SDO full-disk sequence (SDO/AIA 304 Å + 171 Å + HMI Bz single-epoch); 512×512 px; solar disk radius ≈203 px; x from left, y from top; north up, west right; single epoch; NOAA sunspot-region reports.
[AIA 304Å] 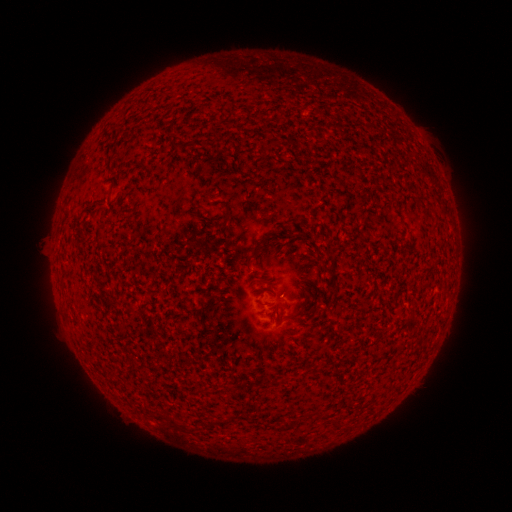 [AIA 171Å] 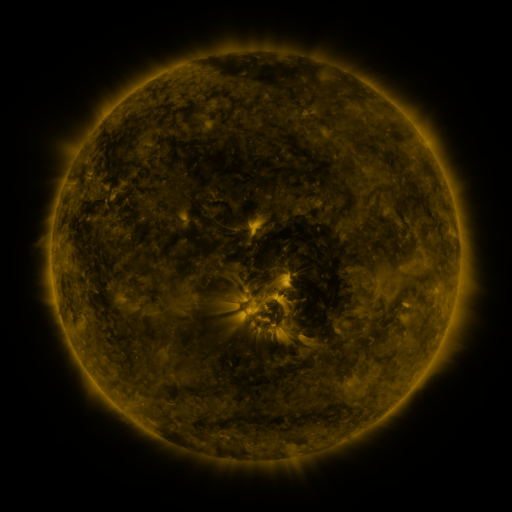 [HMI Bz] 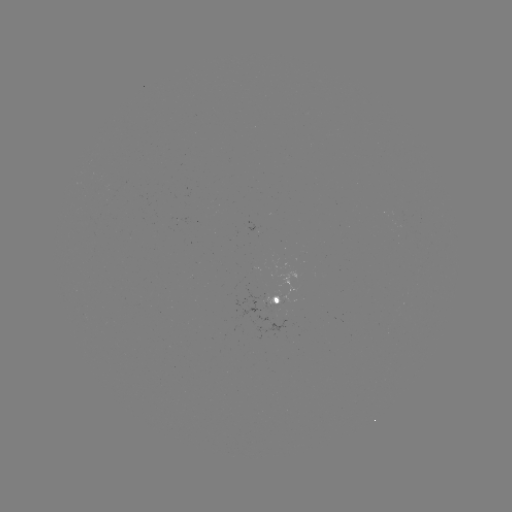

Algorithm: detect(spotted active region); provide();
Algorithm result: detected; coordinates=(287, 299)